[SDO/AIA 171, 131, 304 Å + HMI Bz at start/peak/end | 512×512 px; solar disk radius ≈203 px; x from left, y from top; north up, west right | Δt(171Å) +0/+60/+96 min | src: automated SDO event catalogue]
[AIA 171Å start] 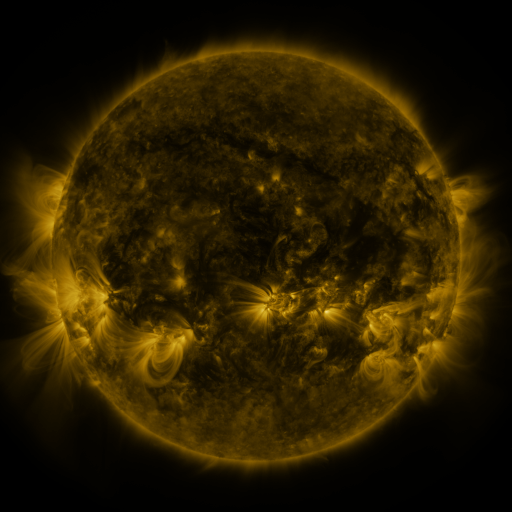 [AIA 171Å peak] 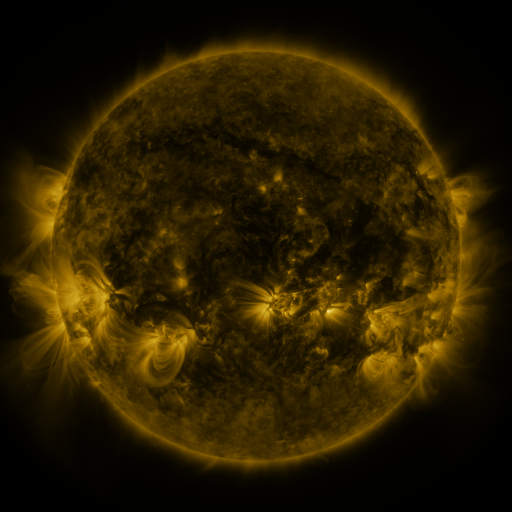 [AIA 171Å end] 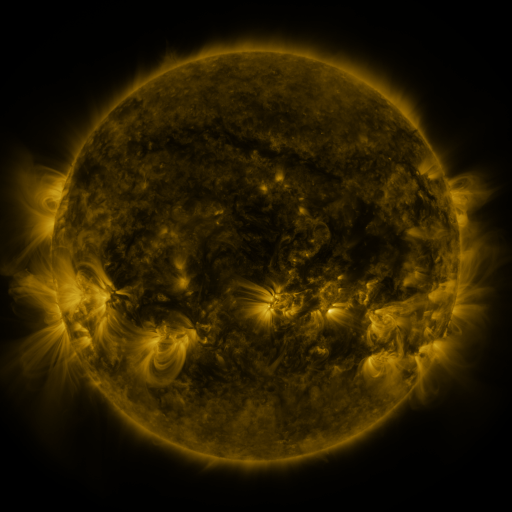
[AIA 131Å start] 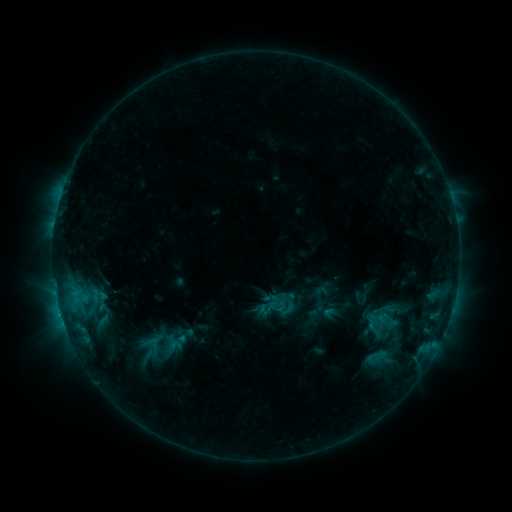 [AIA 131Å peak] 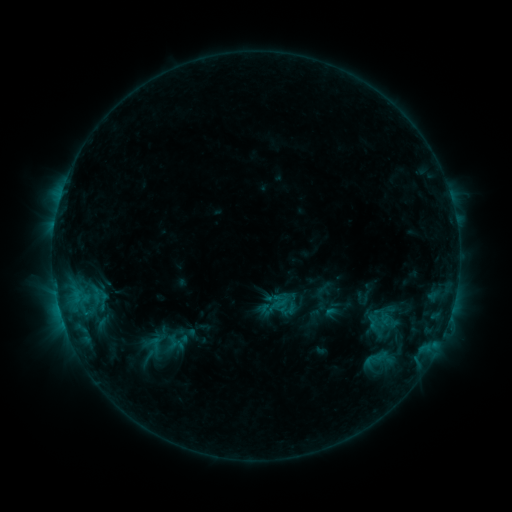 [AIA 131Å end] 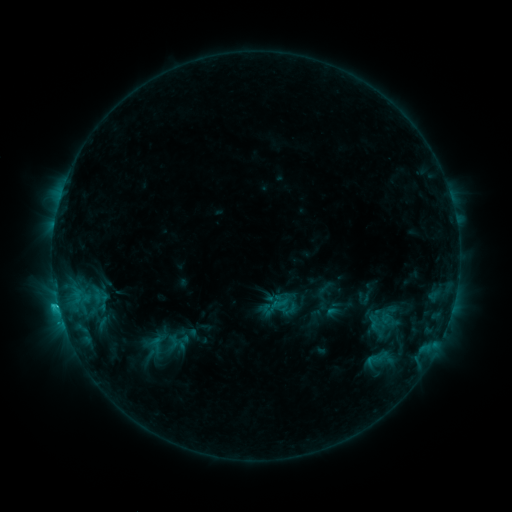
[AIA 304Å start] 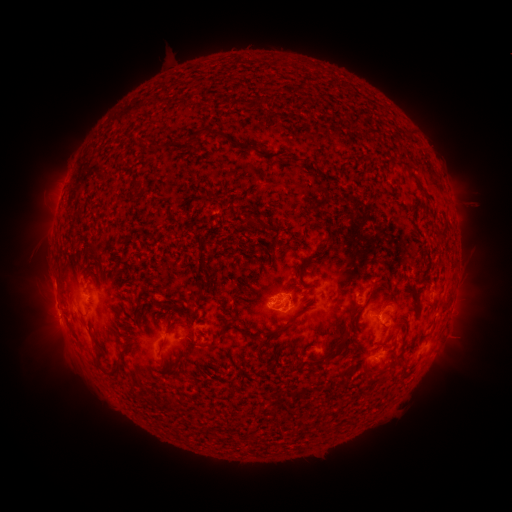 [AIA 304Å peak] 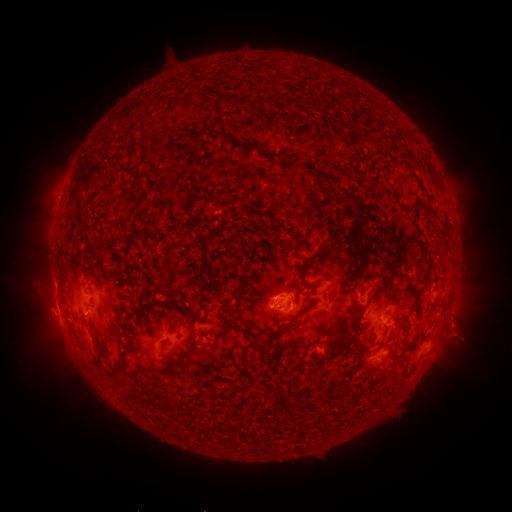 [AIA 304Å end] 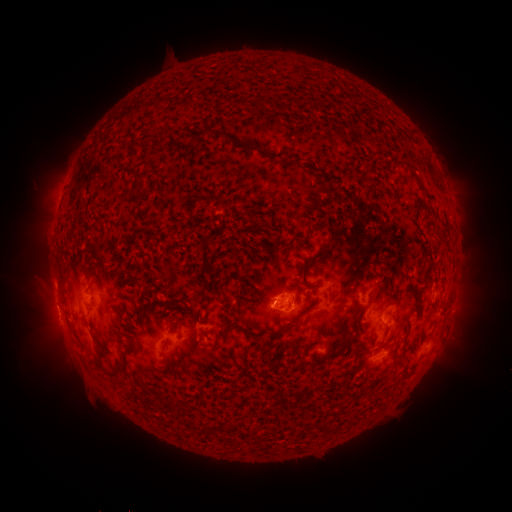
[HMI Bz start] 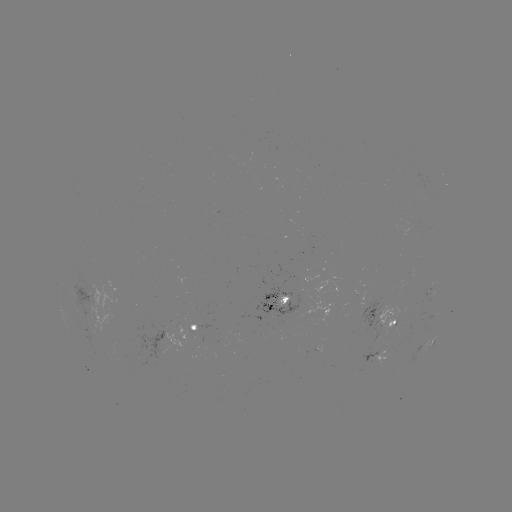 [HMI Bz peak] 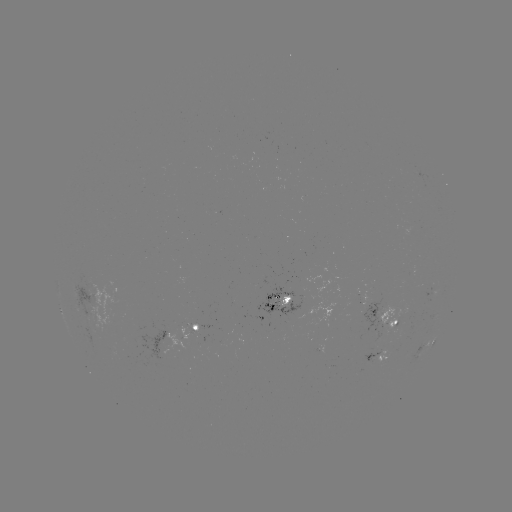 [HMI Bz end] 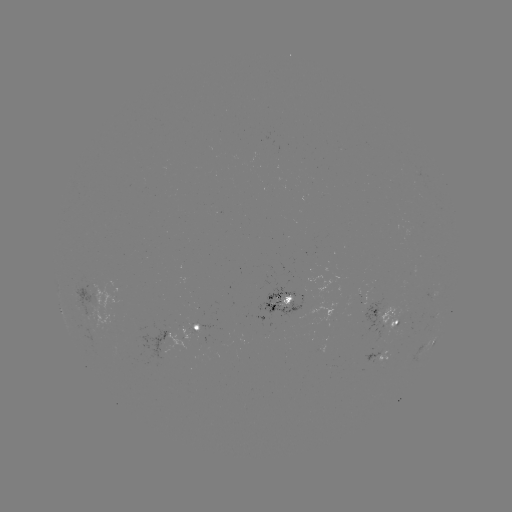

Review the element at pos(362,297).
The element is emerging-flux region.